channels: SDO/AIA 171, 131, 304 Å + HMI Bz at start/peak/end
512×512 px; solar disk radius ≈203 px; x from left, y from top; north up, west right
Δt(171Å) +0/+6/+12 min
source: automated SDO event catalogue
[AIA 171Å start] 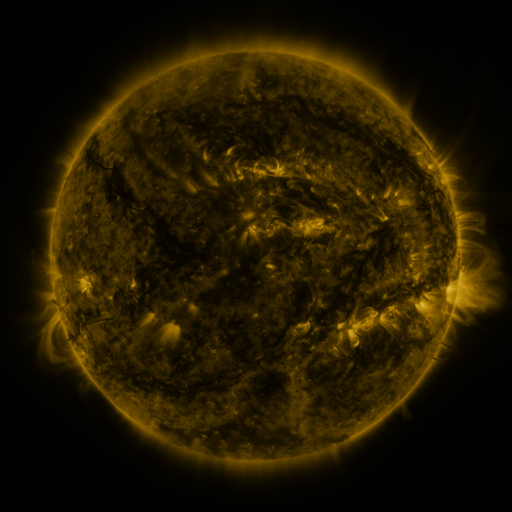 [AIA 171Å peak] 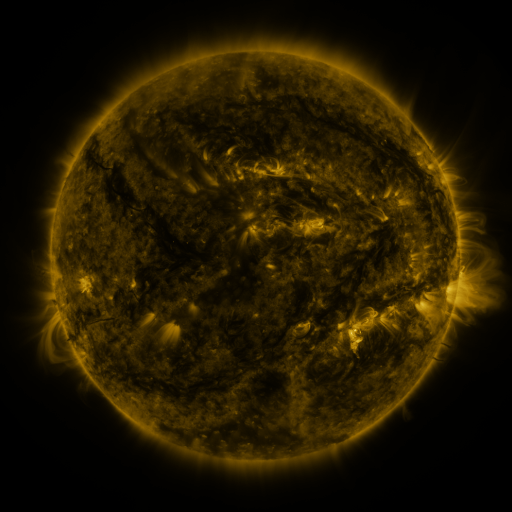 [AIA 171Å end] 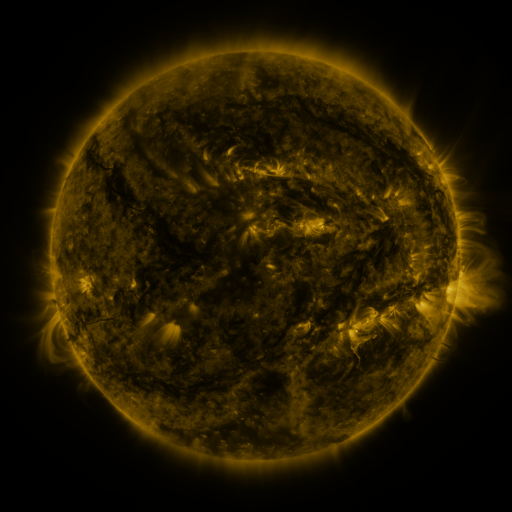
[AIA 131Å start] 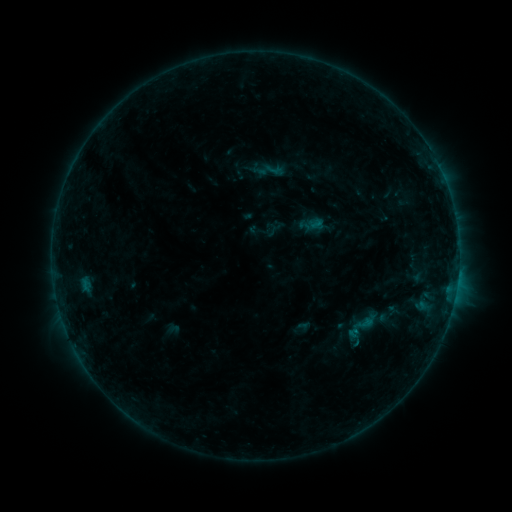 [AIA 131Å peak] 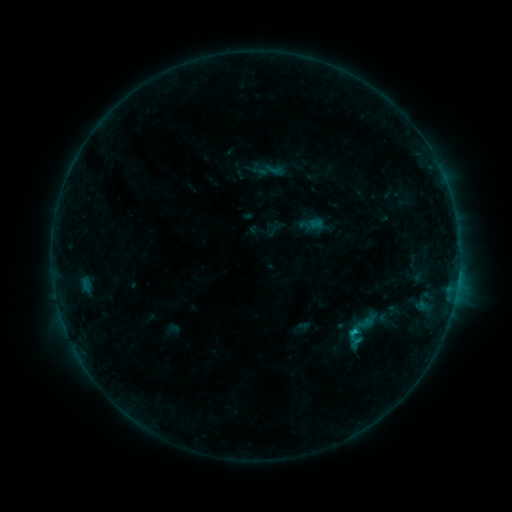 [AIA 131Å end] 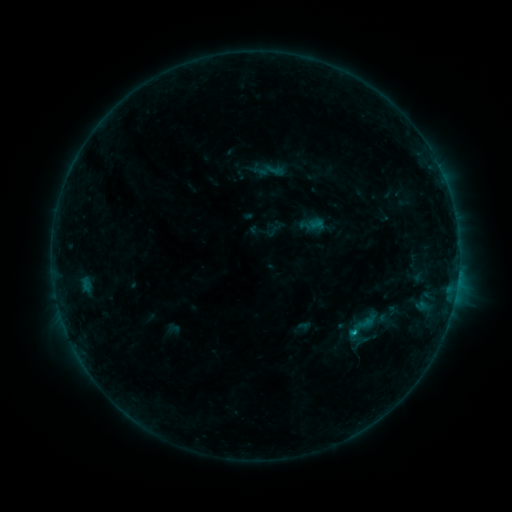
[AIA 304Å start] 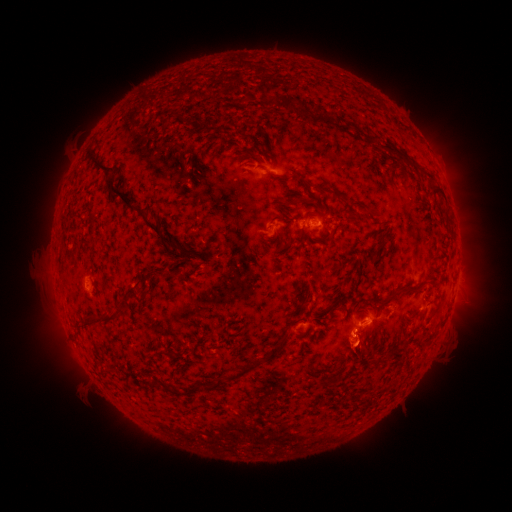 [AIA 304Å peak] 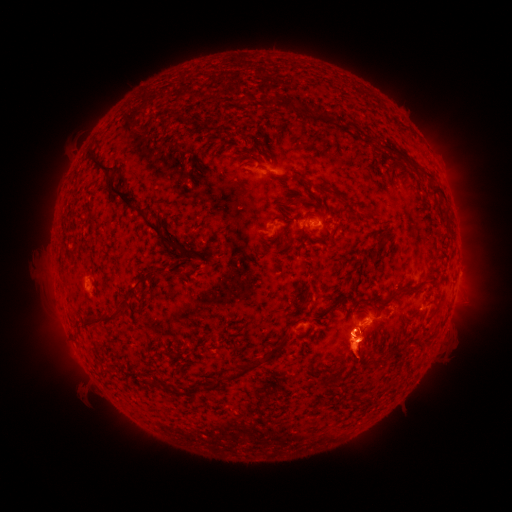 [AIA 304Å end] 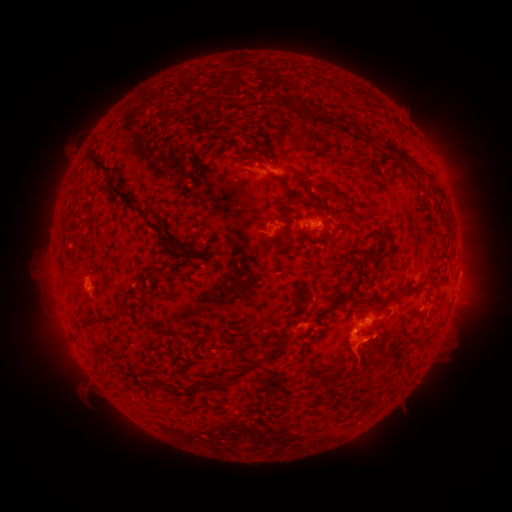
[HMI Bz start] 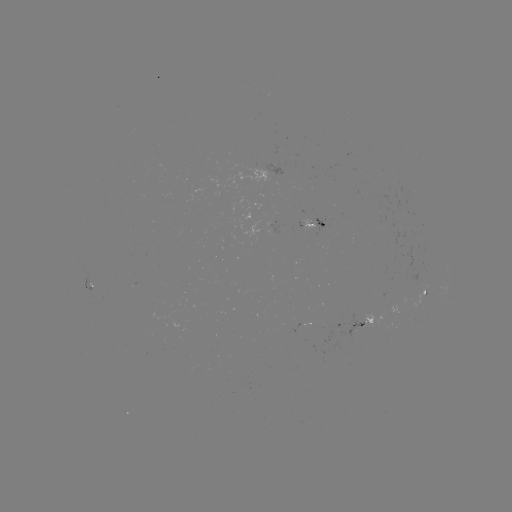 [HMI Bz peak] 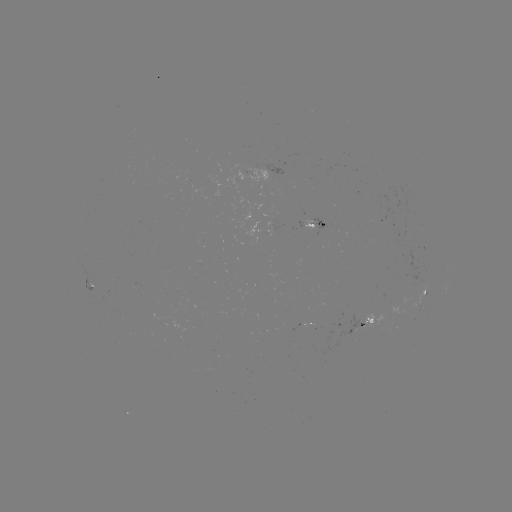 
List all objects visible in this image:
B6.4 flare: (352, 330)
